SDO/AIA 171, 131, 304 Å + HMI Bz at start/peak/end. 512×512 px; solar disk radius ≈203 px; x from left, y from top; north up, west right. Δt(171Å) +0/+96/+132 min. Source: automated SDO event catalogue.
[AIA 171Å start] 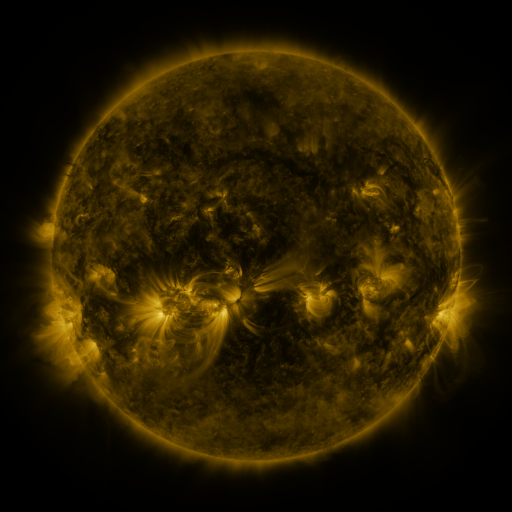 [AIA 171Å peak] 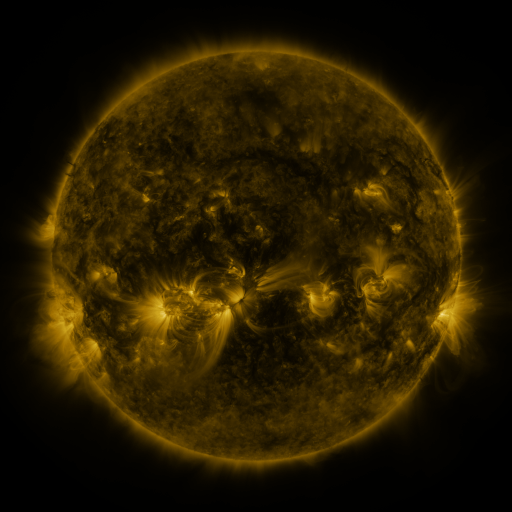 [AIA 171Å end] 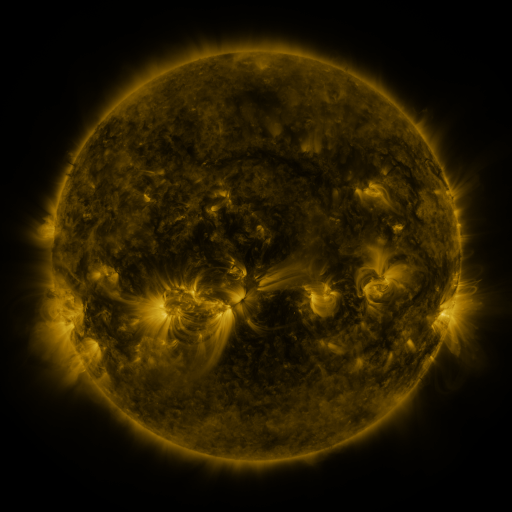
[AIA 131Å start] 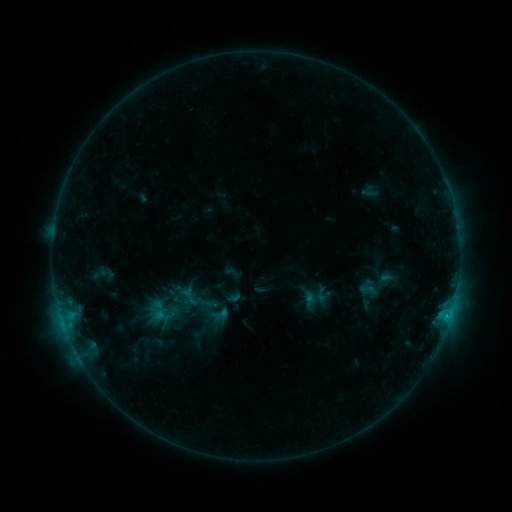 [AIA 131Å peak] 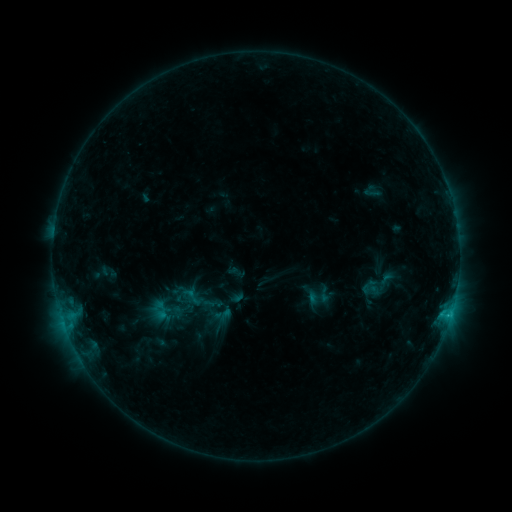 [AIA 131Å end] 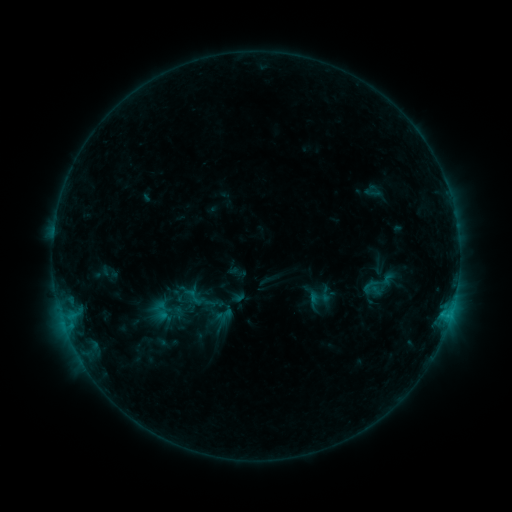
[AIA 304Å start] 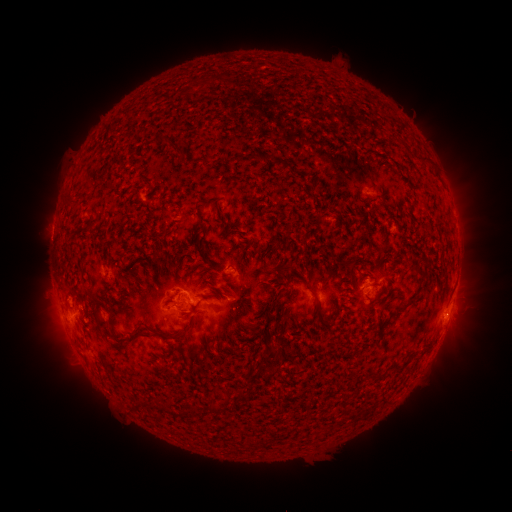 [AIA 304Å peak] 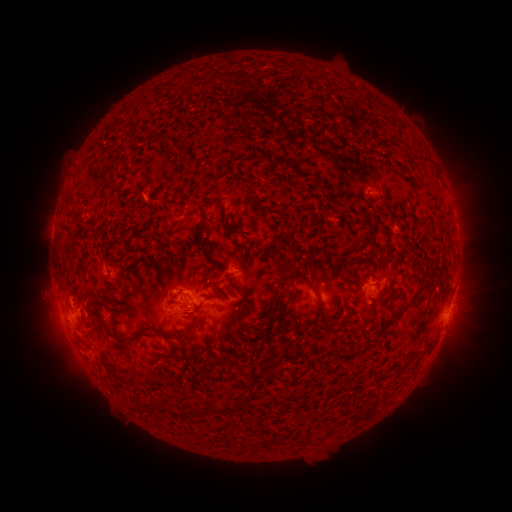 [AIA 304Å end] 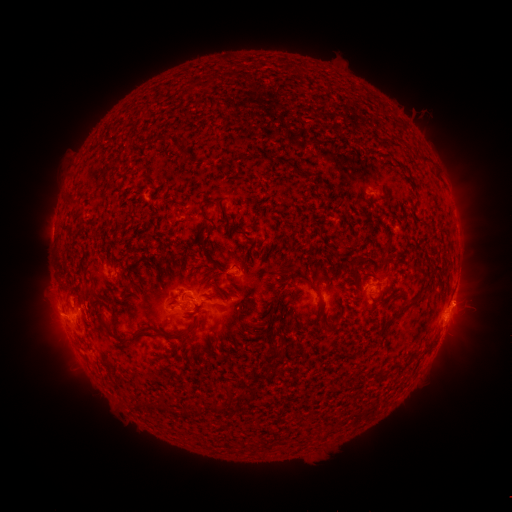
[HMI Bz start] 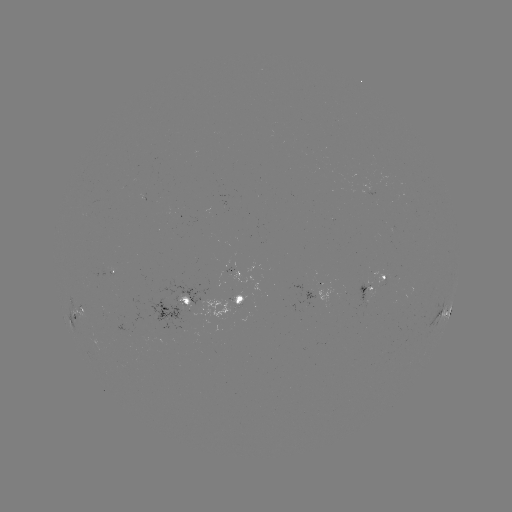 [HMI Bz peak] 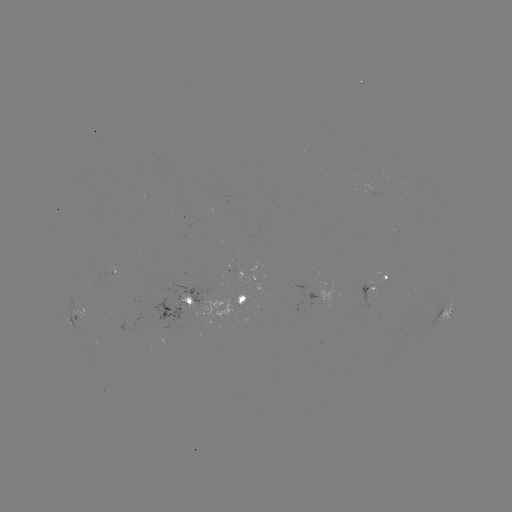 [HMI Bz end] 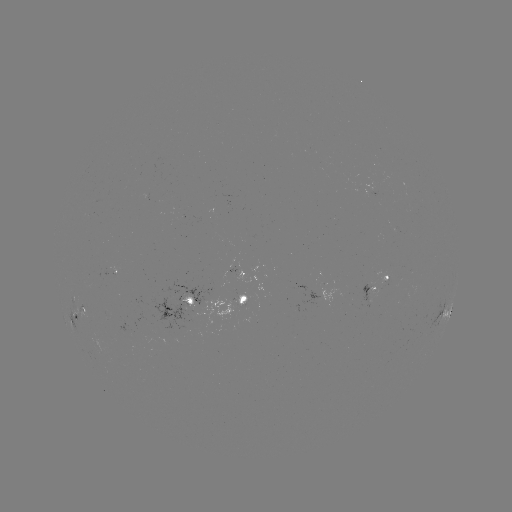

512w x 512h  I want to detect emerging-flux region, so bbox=[233, 272, 262, 293].